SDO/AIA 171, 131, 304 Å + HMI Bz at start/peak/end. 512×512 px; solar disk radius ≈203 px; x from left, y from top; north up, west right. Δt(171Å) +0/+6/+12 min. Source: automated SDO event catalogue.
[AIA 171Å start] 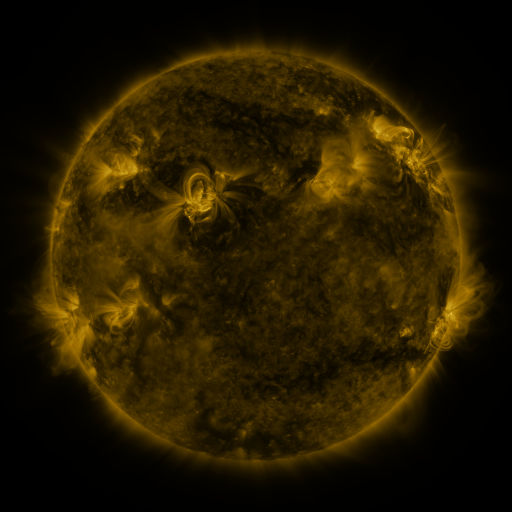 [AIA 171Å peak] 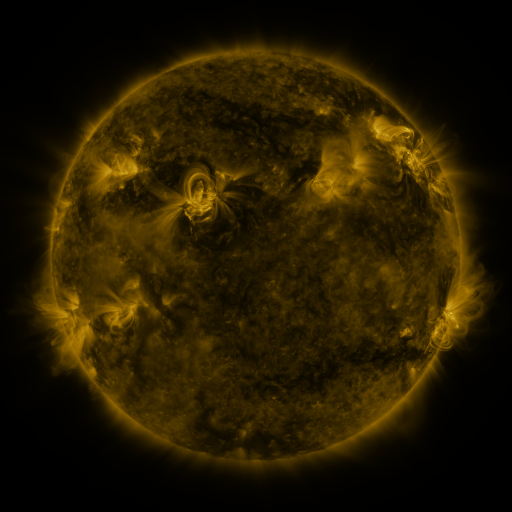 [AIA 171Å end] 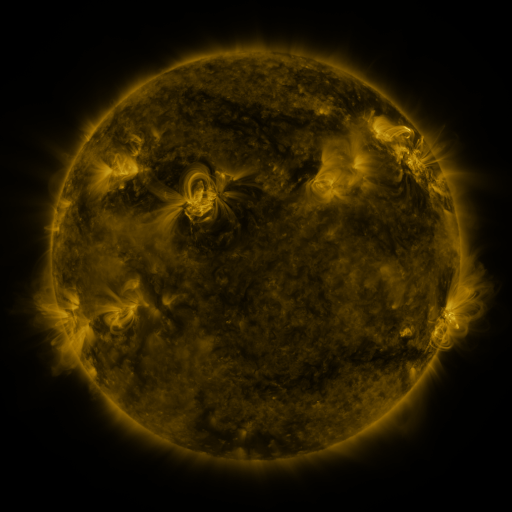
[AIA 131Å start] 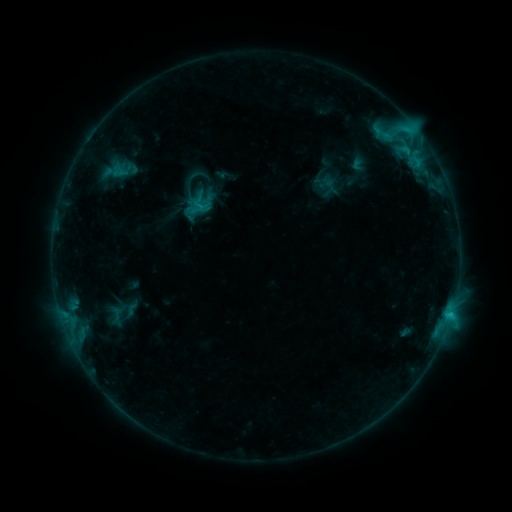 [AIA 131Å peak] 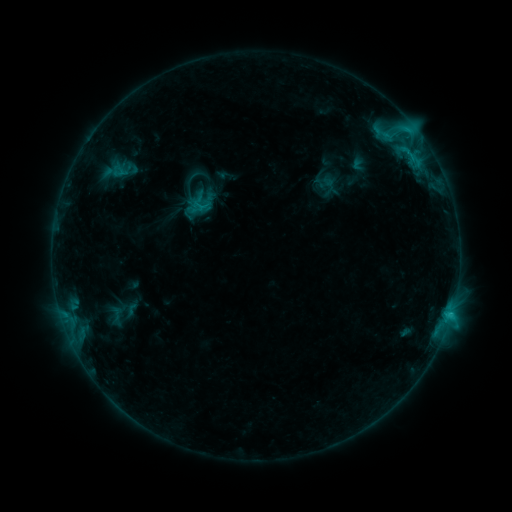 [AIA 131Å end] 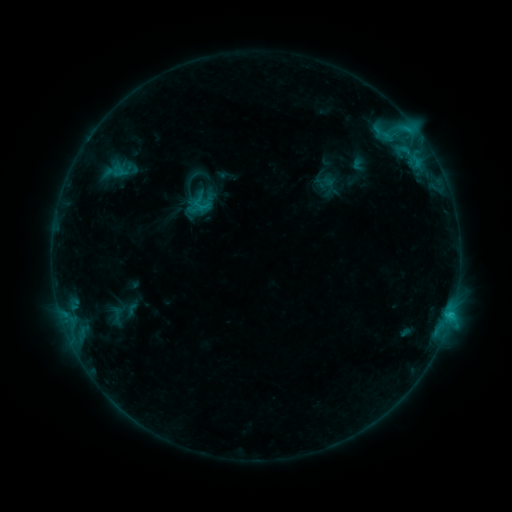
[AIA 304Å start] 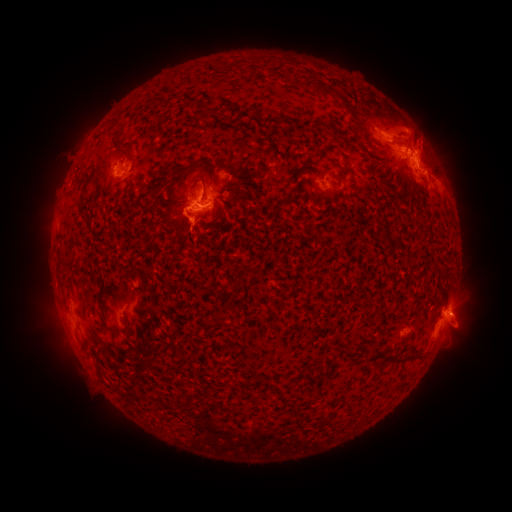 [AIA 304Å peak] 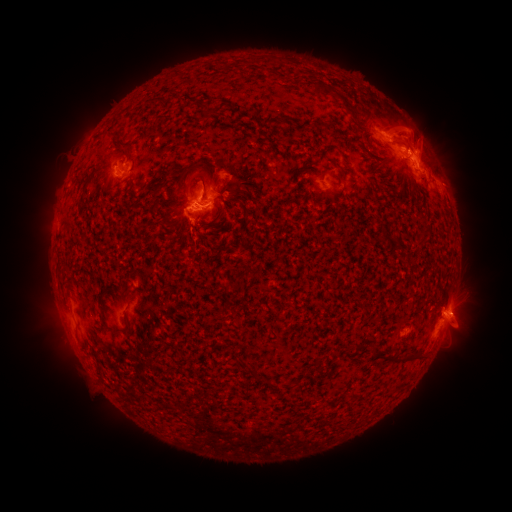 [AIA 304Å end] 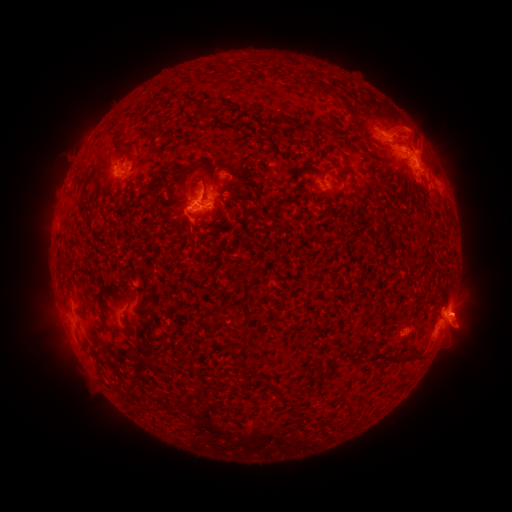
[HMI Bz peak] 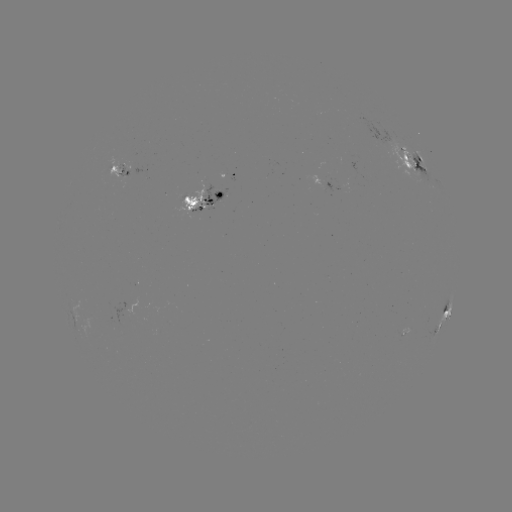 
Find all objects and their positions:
eruption: (470, 315)
